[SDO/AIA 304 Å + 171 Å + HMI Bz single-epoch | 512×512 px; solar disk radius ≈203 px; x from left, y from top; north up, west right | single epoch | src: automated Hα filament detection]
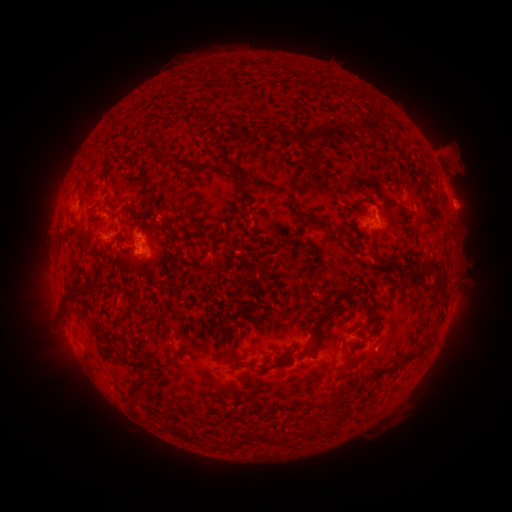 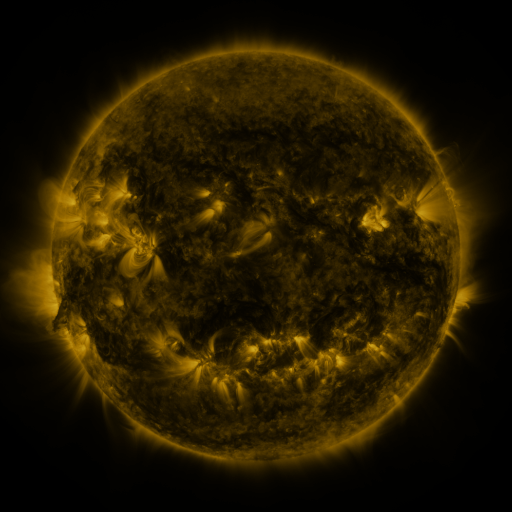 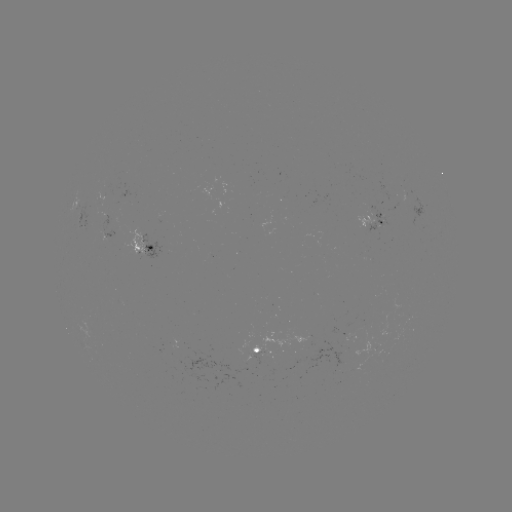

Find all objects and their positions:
filament: <bbox>253, 60, 261, 70</bbox>
filament: <bbox>363, 116, 380, 134</bbox>
filament: <bbox>109, 119, 119, 130</bbox>
filament: <bbox>254, 123, 271, 134</bbox>
filament: <bbox>288, 126, 350, 146</bbox>
filament: <bbox>142, 150, 154, 158</bbox>
filament: <bbox>120, 156, 131, 164</bbox>
filament: <bbox>221, 157, 279, 192</bbox>
filament: <bbox>101, 169, 109, 182</bbox>
filament: <bbox>143, 178, 153, 189</bbox>
filament: <bbox>298, 211, 317, 221</bbox>
filament: <bbox>324, 219, 344, 230</bbox>
filament: <bbox>360, 250, 384, 267</bbox>
filament: <bbox>416, 261, 441, 276</bbox>
filament: <bbox>317, 287, 354, 320</bbox>
filament: <bbox>78, 288, 89, 297</bbox>
filament: <bbox>62, 291, 73, 304</bbox>
filament: <bbox>353, 291, 372, 323</bbox>
filament: <bbox>114, 318, 124, 328</bbox>
filament: <bbox>216, 326, 224, 337</bbox>
filament: <bbox>310, 329, 320, 343</bbox>
filament: <bbox>407, 337, 431, 360</bbox>
filament: <bbox>249, 356, 261, 367</bbox>
filament: <bbox>228, 359, 244, 370</bbox>
filament: <bbox>338, 382, 351, 405</bbox>
filament: <bbox>129, 390, 138, 412</bbox>
filament: <bbox>257, 430, 295, 445</bbox>
filament: <bbox>182, 433, 197, 444</bbox>
